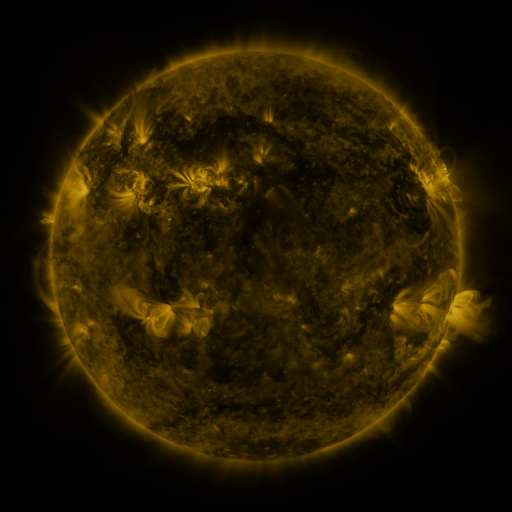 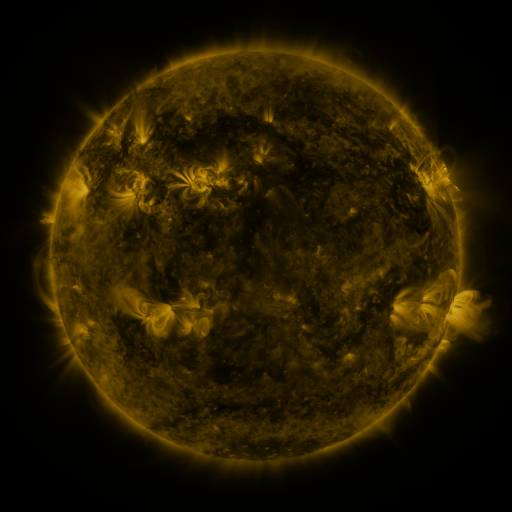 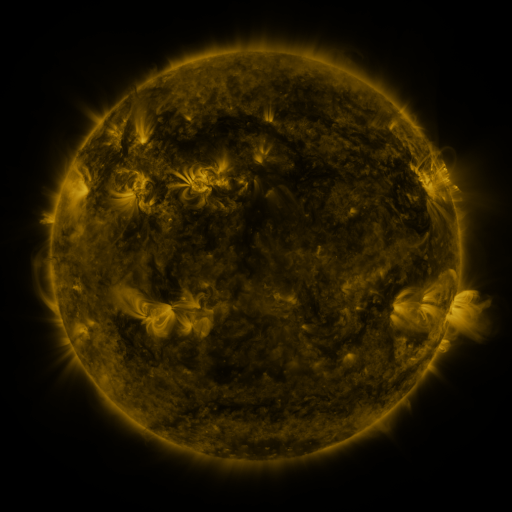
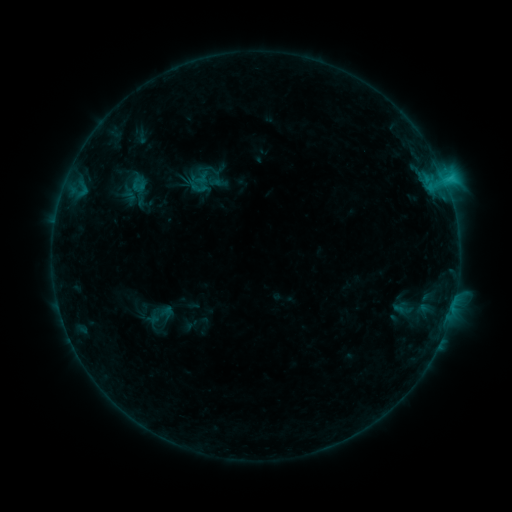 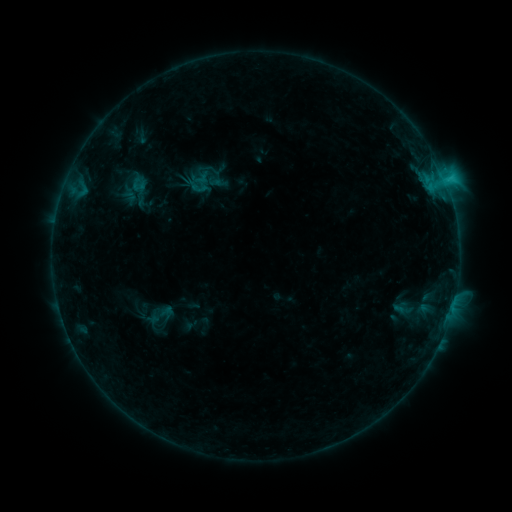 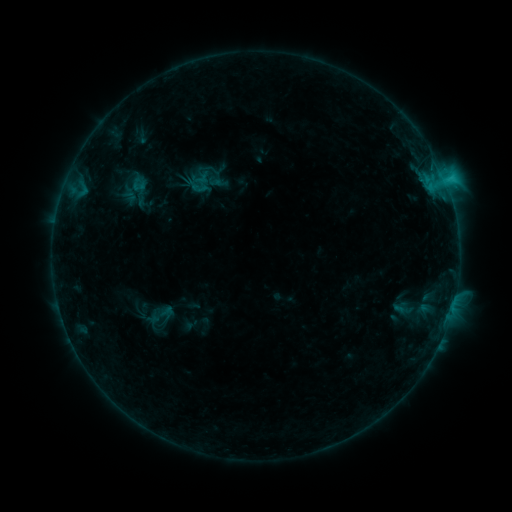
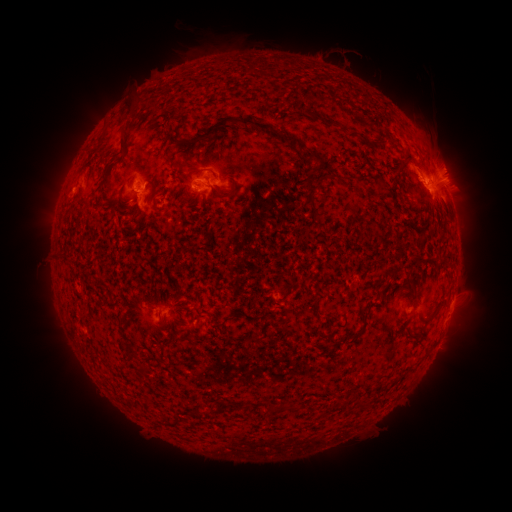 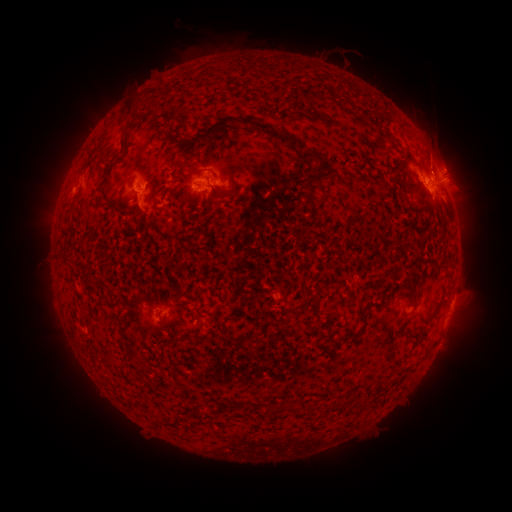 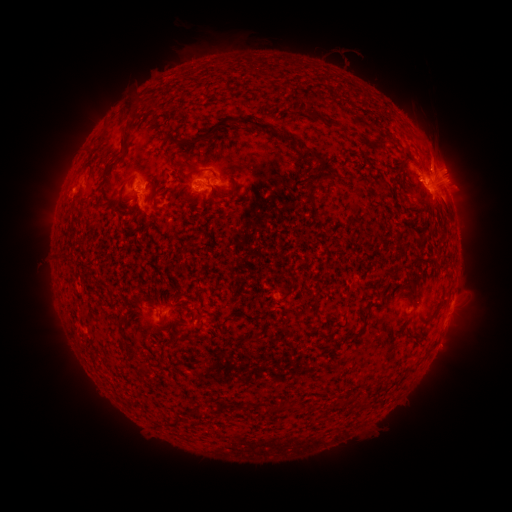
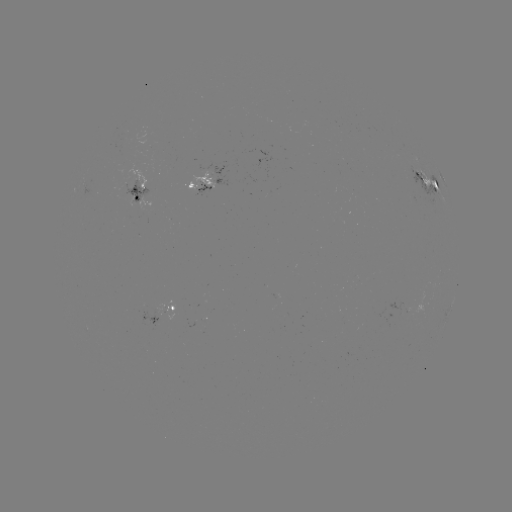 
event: eruption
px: (440, 152)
